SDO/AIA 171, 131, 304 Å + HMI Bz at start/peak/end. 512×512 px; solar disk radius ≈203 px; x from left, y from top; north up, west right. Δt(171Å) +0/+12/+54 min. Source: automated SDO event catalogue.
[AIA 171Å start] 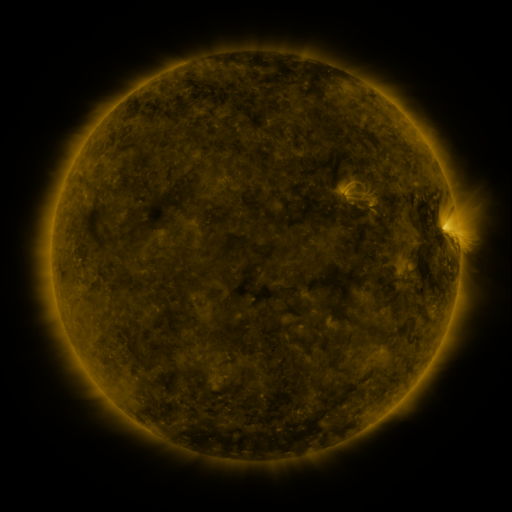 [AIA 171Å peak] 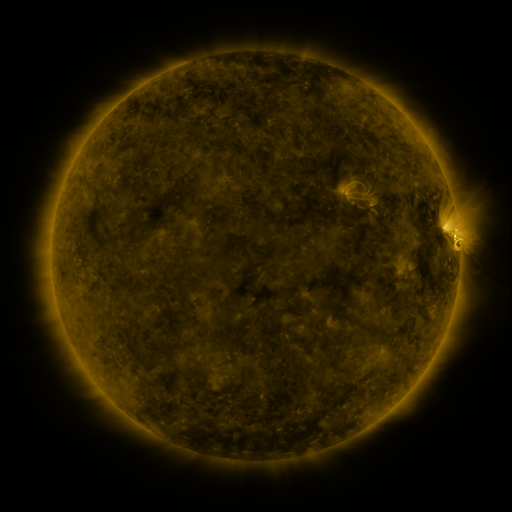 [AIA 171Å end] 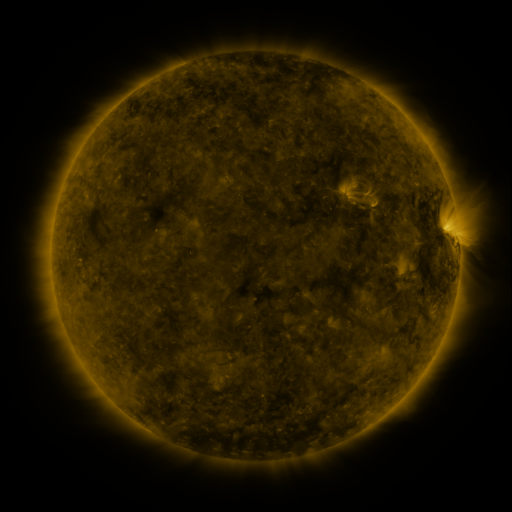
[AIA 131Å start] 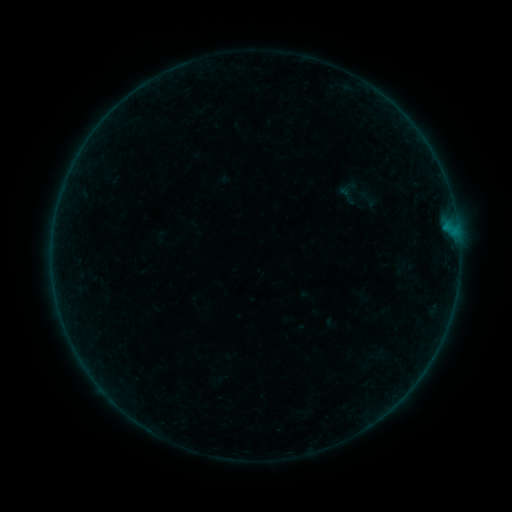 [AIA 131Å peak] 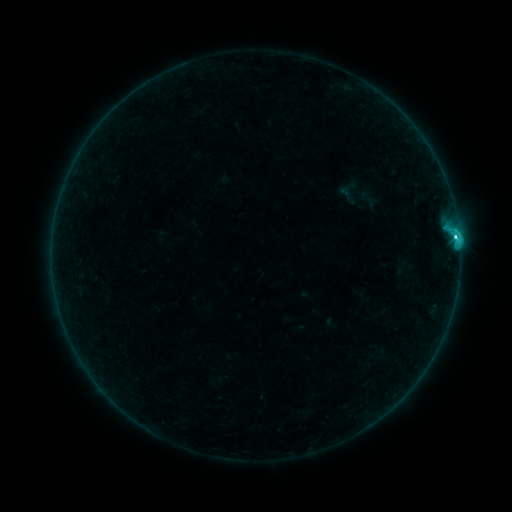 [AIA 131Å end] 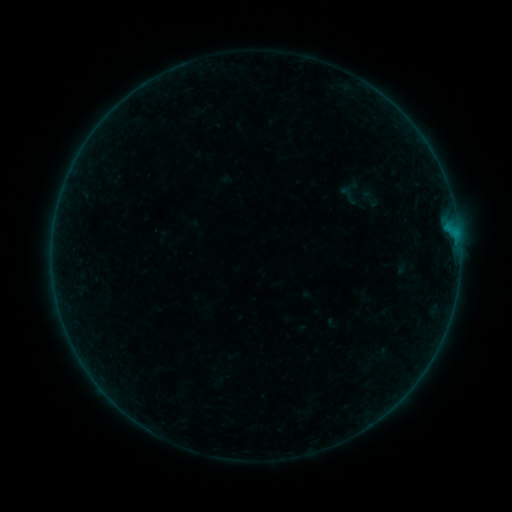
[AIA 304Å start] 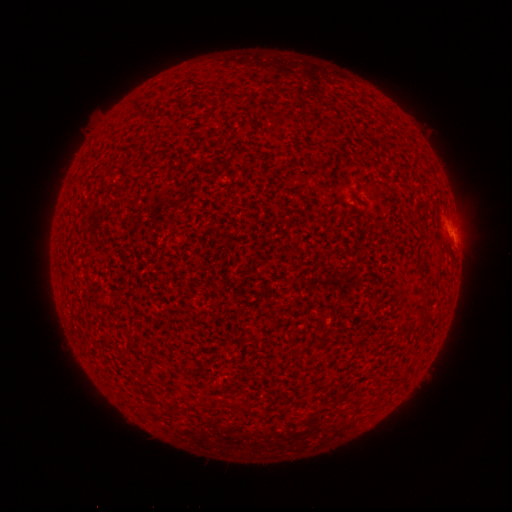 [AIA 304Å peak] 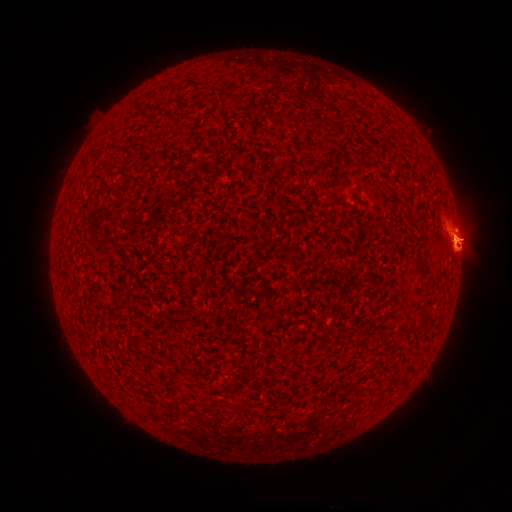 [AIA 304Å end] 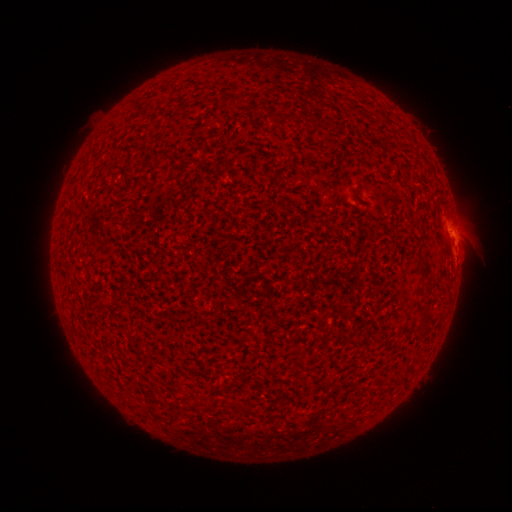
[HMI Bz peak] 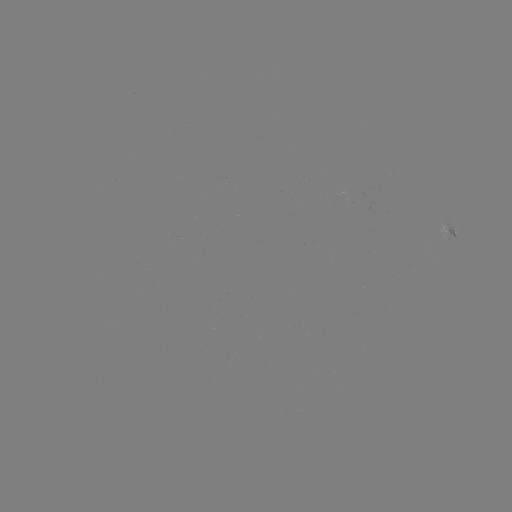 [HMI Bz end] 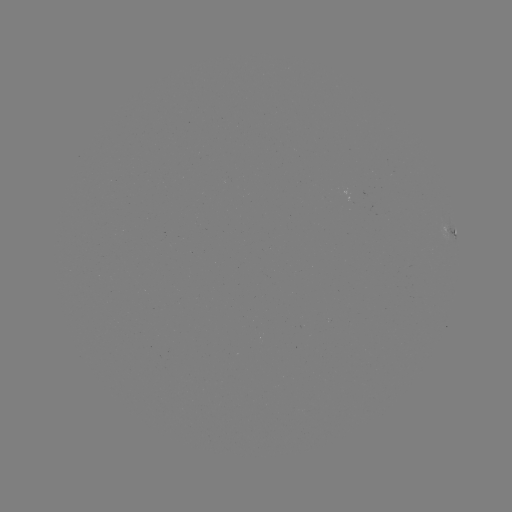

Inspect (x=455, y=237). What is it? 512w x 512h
C2.0 flare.